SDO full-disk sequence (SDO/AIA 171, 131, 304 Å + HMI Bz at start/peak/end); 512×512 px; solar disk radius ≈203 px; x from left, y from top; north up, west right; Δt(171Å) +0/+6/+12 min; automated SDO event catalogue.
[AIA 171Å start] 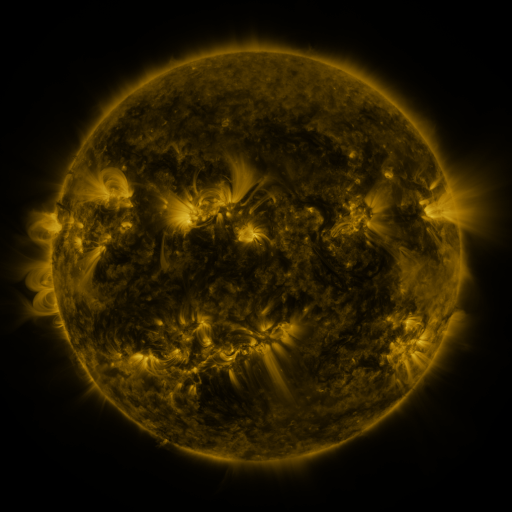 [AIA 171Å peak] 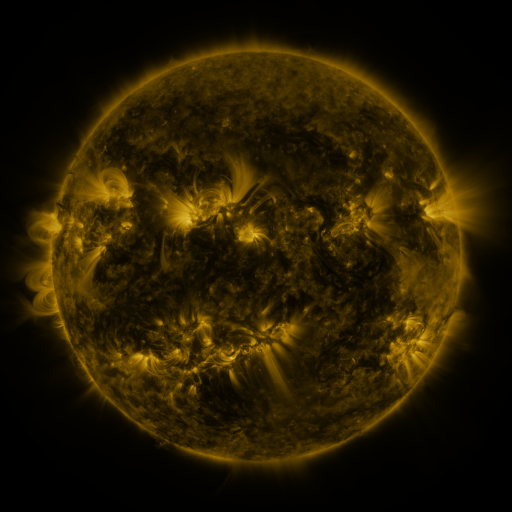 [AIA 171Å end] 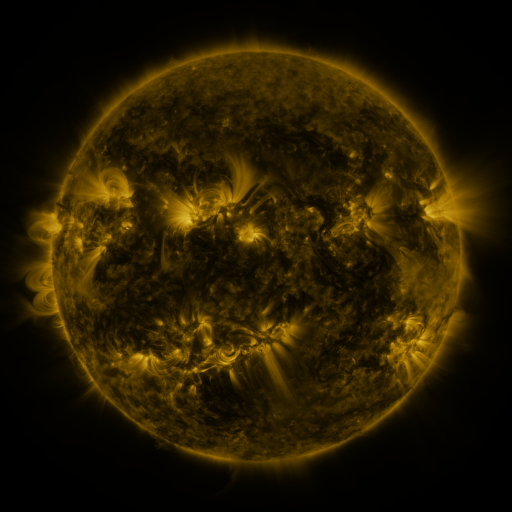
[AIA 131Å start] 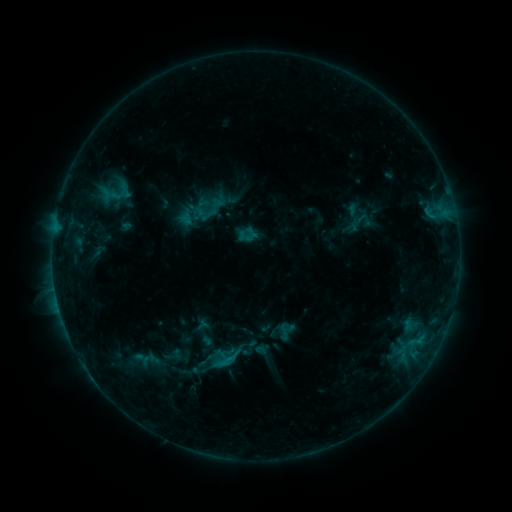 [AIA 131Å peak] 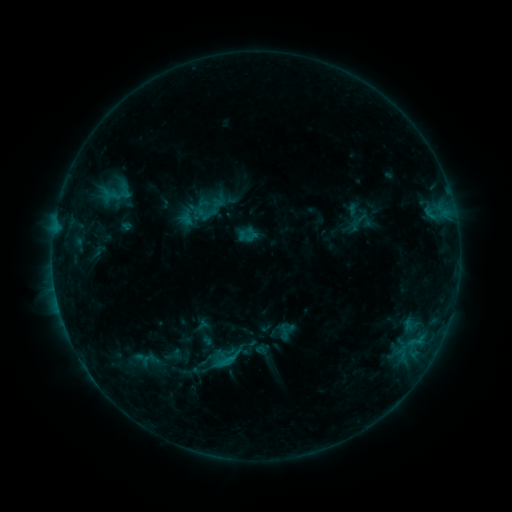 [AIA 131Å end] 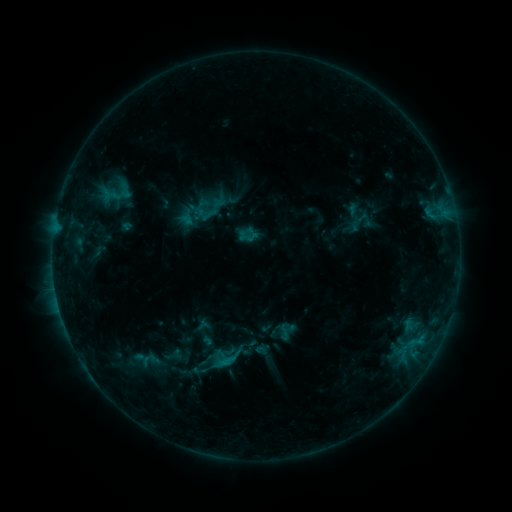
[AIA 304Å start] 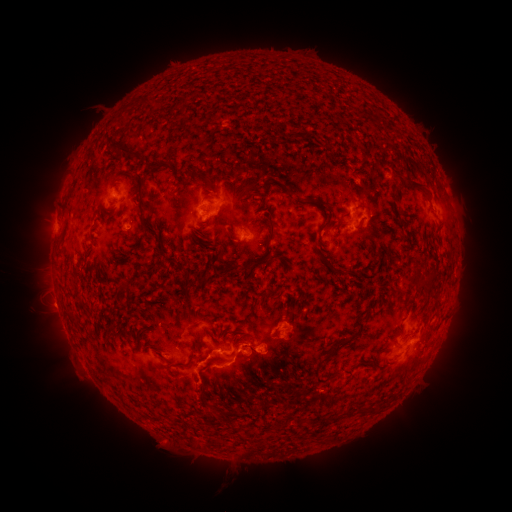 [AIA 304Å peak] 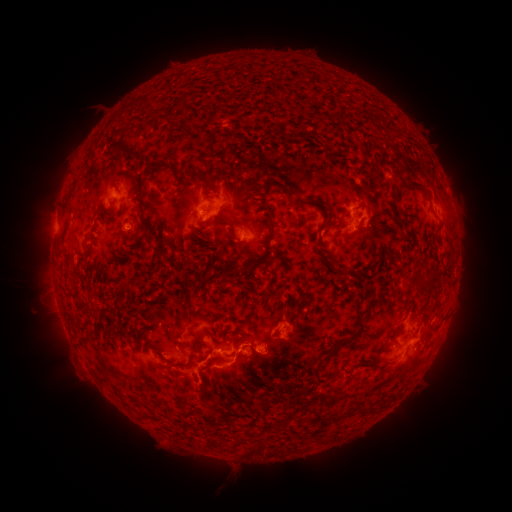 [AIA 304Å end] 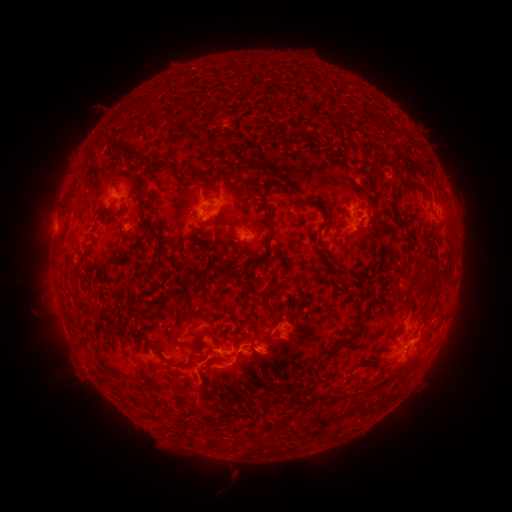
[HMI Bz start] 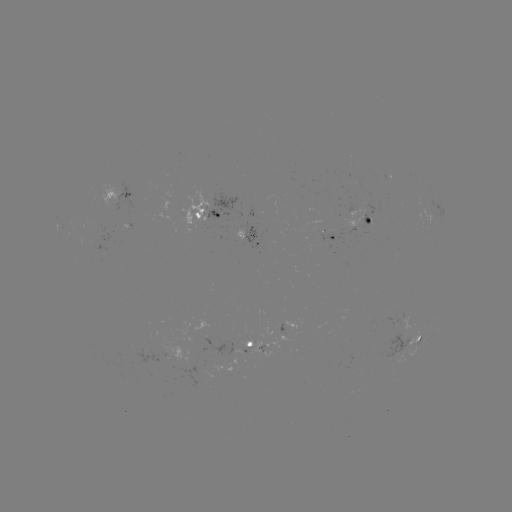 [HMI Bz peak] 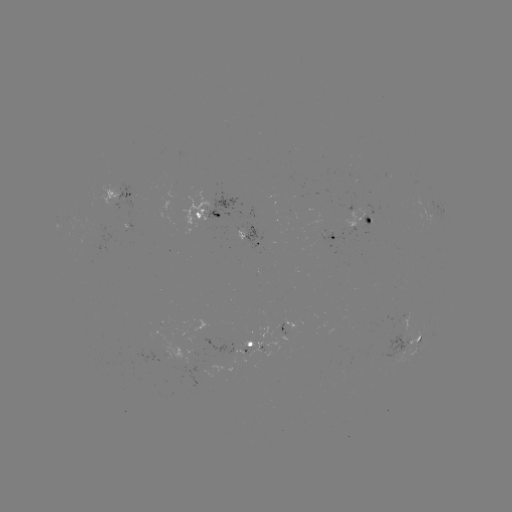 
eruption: <bbox>218, 455, 248, 486</bbox>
